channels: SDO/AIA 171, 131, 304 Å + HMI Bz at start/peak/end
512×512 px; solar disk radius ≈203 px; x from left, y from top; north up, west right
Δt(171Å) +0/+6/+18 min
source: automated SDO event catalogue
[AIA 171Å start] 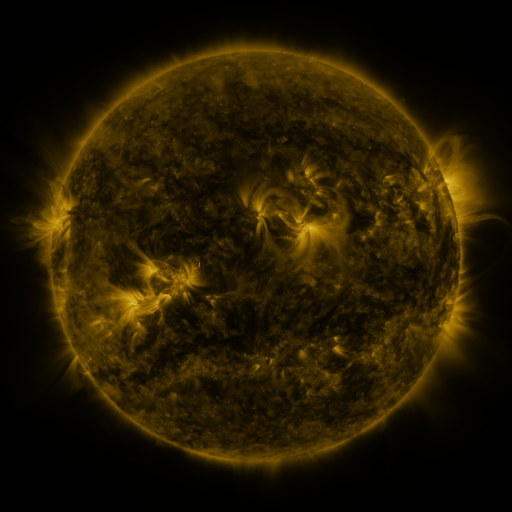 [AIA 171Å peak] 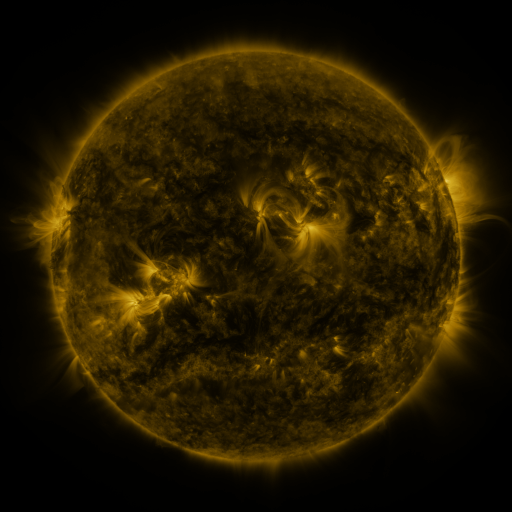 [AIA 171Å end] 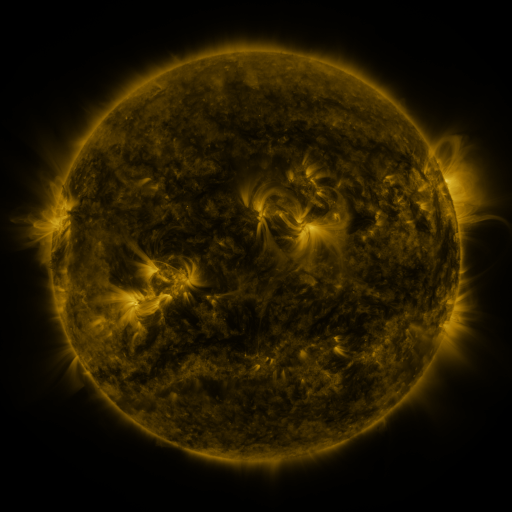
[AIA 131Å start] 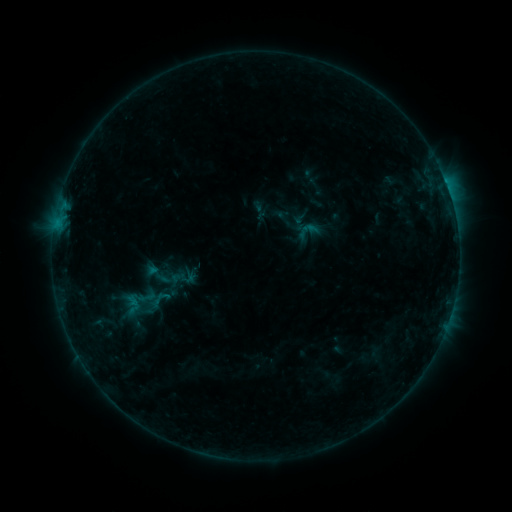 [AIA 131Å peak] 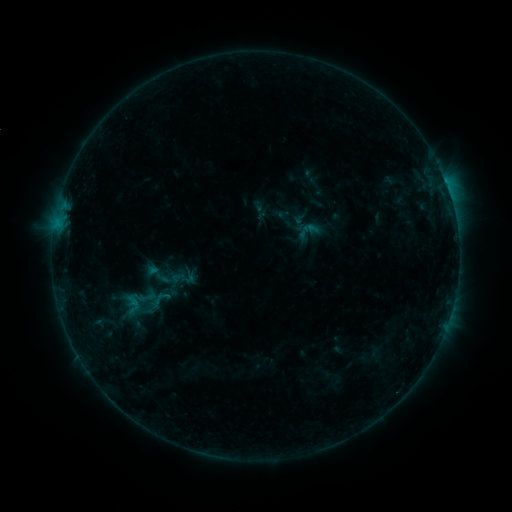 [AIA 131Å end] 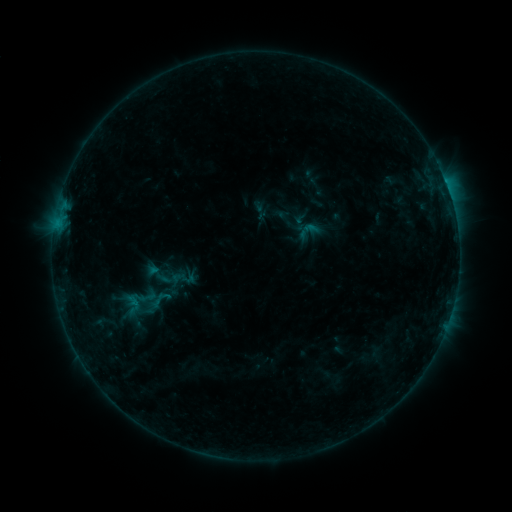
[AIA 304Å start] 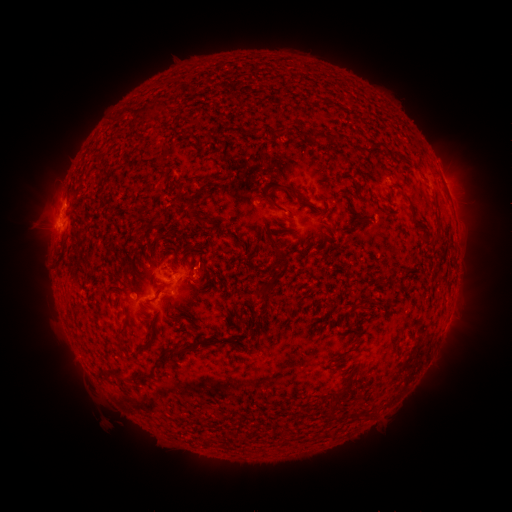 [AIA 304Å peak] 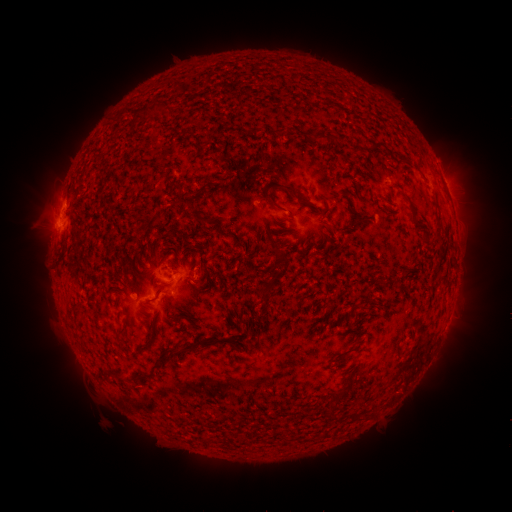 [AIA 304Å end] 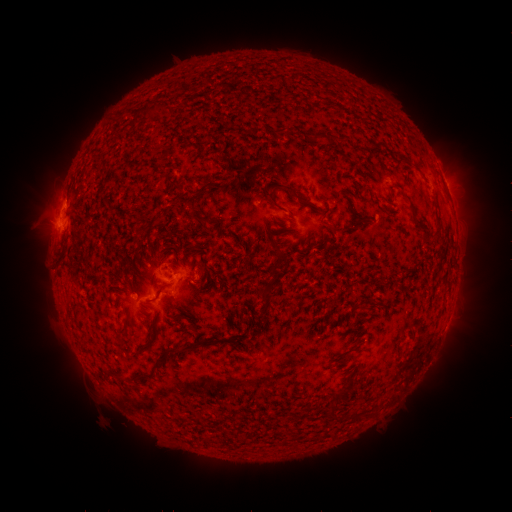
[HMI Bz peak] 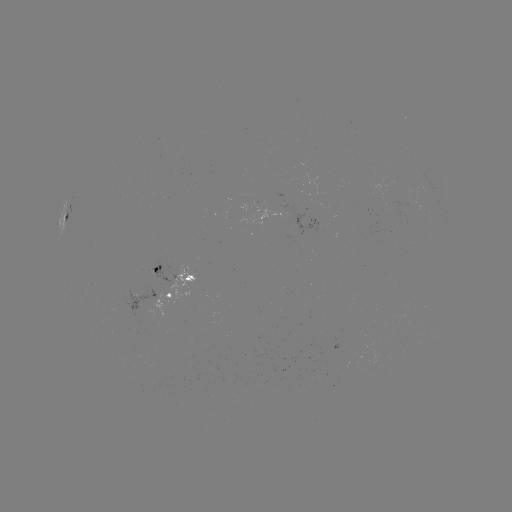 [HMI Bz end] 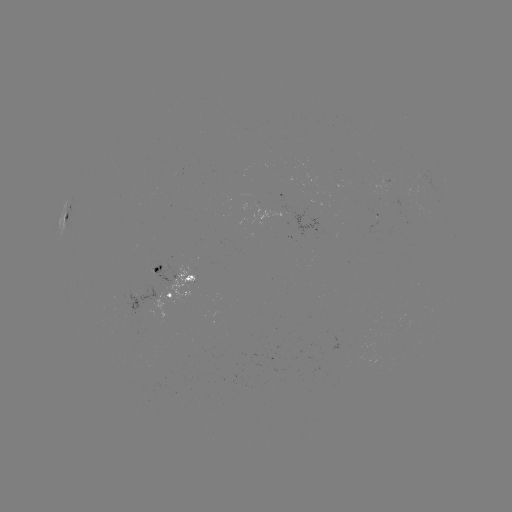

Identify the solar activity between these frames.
nothing was catalogued: no classed flare, no EUV trigger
